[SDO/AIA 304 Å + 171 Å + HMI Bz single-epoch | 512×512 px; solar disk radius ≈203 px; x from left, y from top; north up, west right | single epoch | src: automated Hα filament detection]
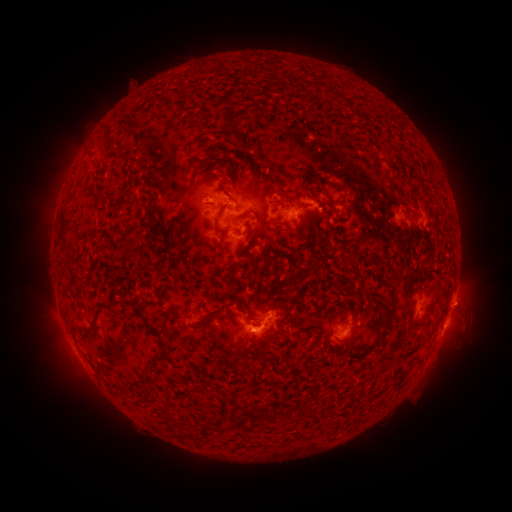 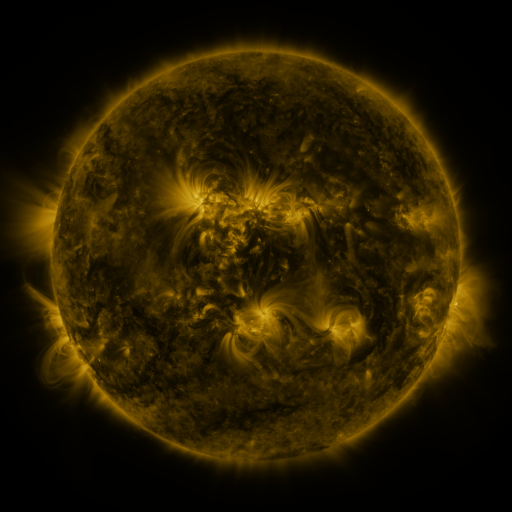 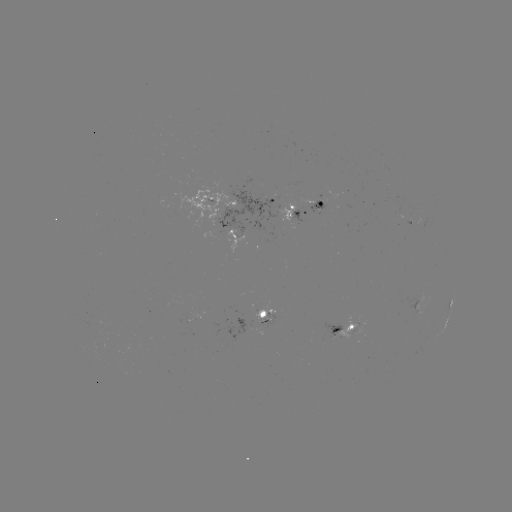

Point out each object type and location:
filament: [191, 92, 201, 101]
filament: [242, 163, 251, 173]
filament: [198, 174, 210, 187]
filament: [138, 183, 147, 192]
filament: [306, 186, 335, 222]
filament: [221, 189, 241, 213]
filament: [88, 190, 100, 202]
filament: [145, 201, 158, 212]
filament: [204, 201, 215, 208]
filament: [211, 202, 234, 235]
filament: [147, 208, 174, 245]
filament: [232, 209, 248, 223]
filament: [57, 211, 70, 249]
filament: [128, 236, 137, 247]
filament: [290, 296, 303, 304]
filament: [100, 298, 127, 313]
filament: [379, 299, 397, 328]
filament: [362, 307, 369, 317]
filament: [167, 308, 183, 318]
filament: [156, 330, 174, 364]
filament: [143, 378, 156, 400]
filament: [305, 403, 312, 414]
filament: [259, 407, 285, 420]
